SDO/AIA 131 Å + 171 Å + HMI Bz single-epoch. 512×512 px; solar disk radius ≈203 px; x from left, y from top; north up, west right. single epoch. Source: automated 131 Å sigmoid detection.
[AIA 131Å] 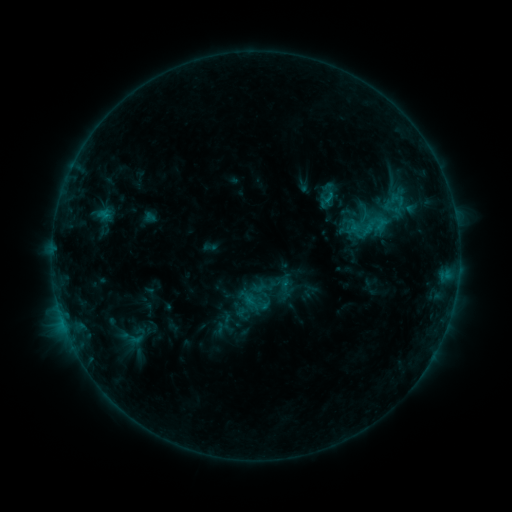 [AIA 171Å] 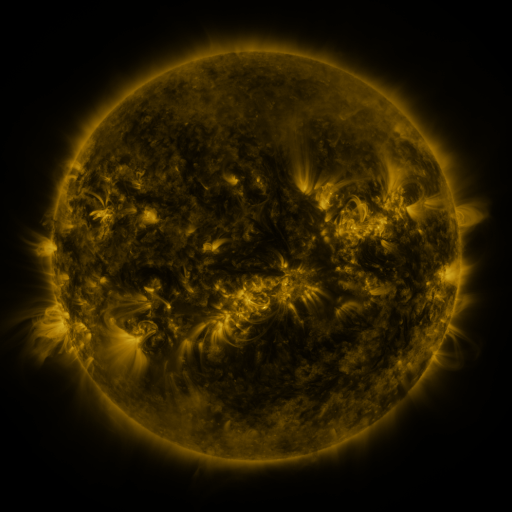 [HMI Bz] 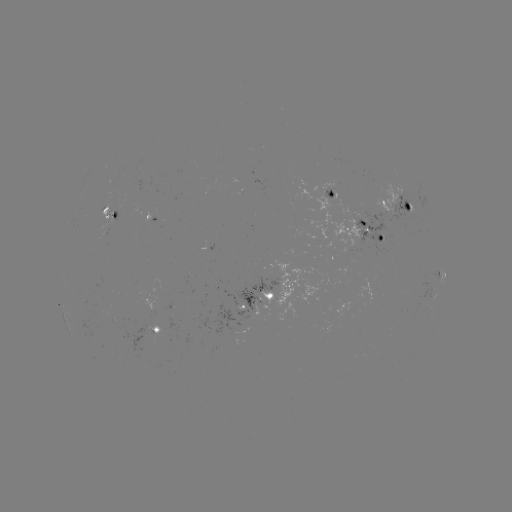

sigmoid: (275, 277, 296, 298)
